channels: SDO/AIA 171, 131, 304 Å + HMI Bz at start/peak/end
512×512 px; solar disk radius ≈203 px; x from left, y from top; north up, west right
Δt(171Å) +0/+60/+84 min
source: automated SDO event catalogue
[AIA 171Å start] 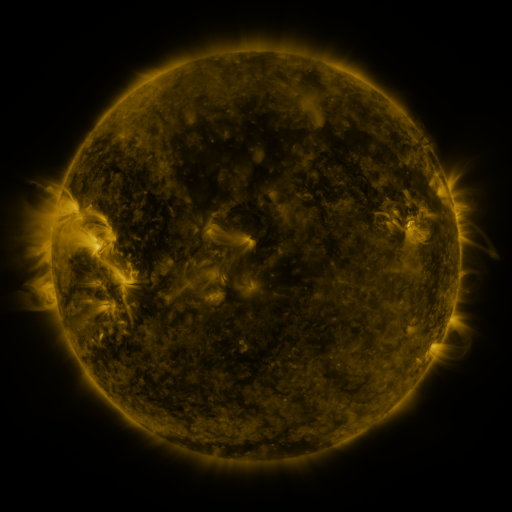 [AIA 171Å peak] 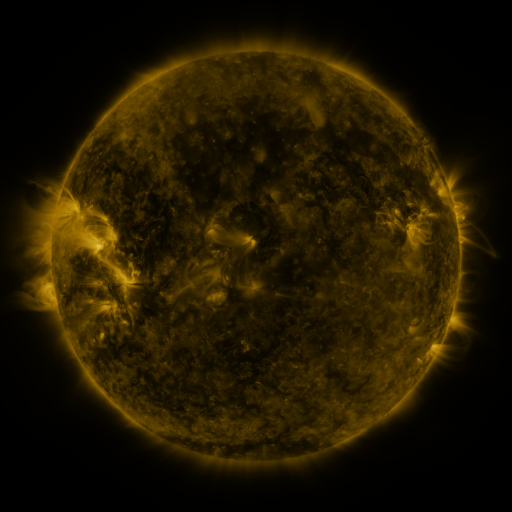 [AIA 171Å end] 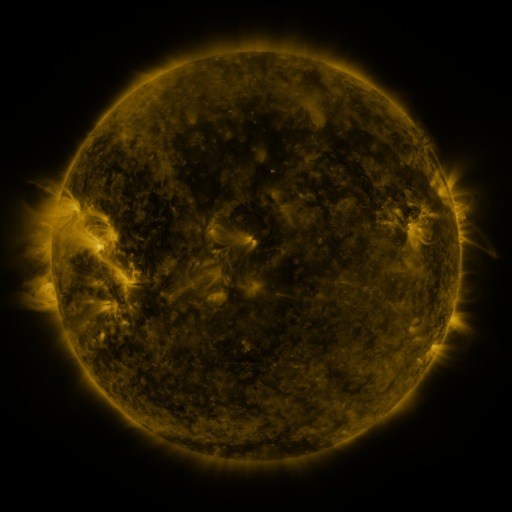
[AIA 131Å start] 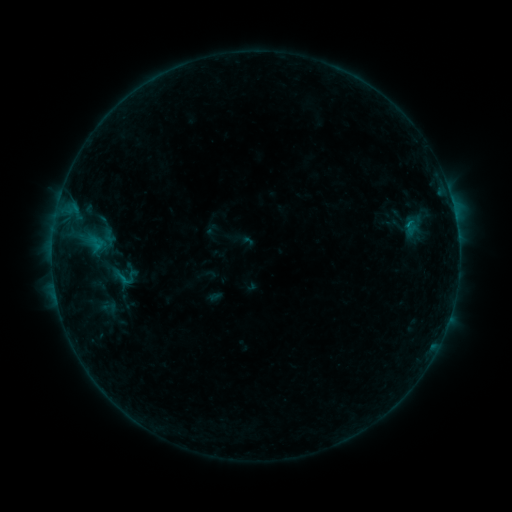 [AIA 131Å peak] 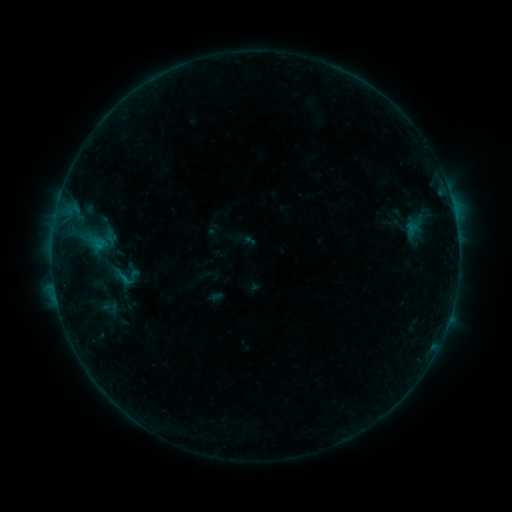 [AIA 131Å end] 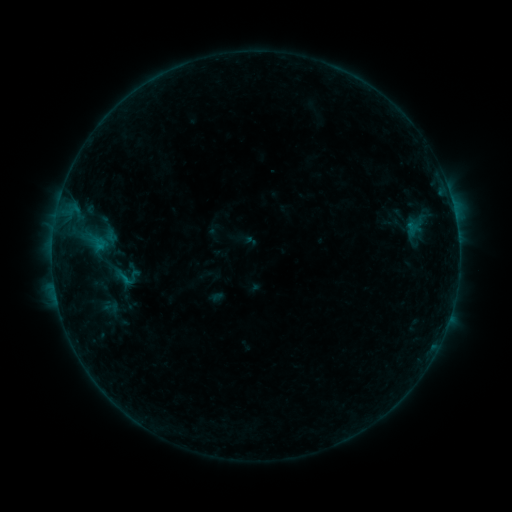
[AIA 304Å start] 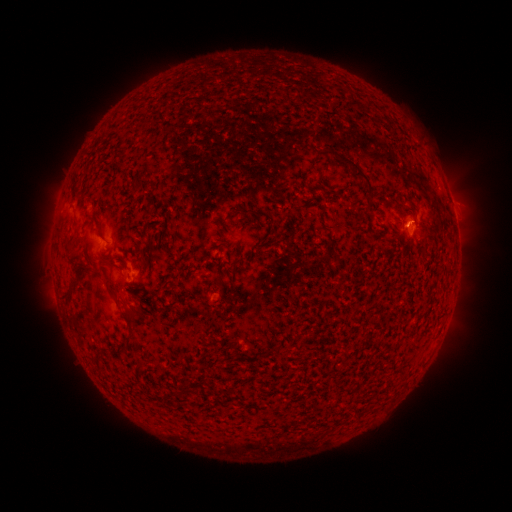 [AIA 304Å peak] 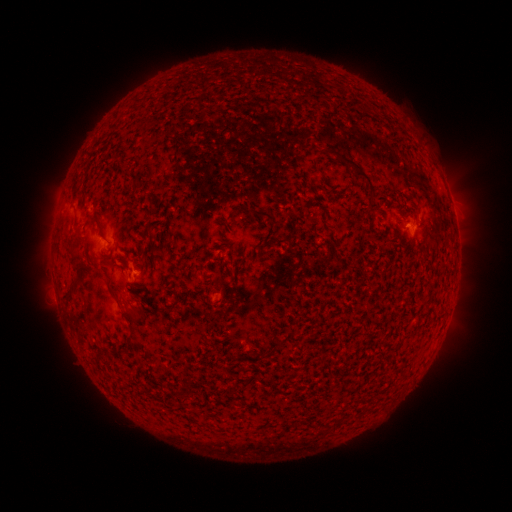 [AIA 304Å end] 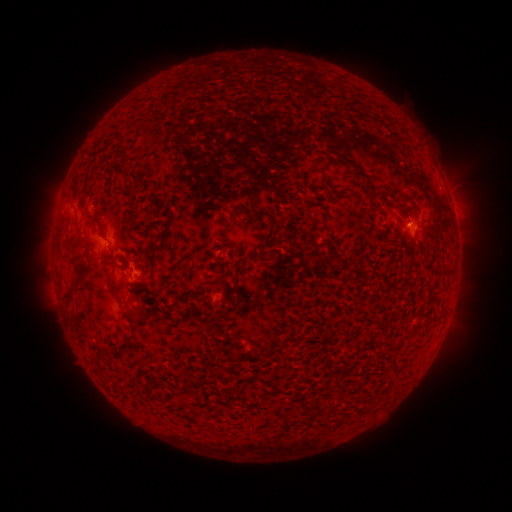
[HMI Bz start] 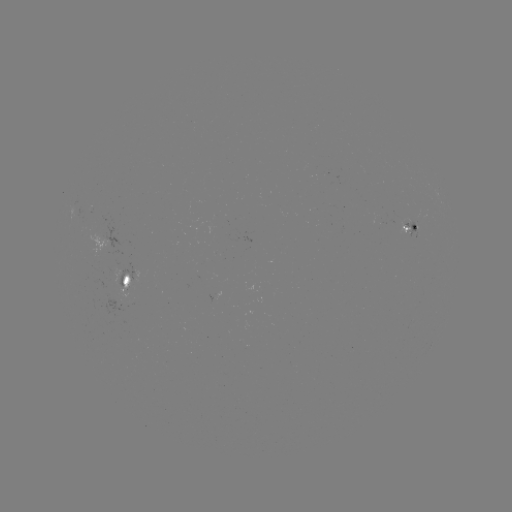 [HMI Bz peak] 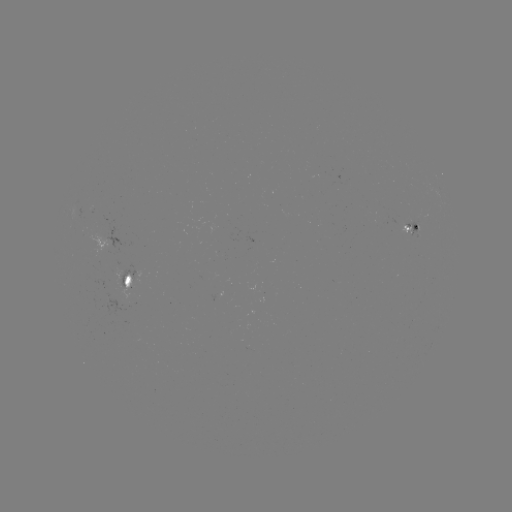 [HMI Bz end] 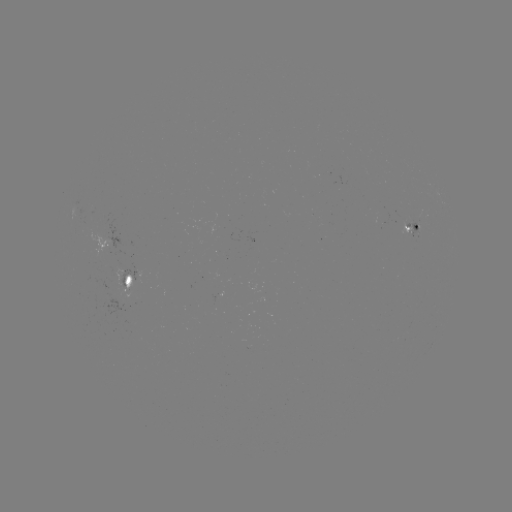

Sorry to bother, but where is emerging-flux region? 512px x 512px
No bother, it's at [124, 273].